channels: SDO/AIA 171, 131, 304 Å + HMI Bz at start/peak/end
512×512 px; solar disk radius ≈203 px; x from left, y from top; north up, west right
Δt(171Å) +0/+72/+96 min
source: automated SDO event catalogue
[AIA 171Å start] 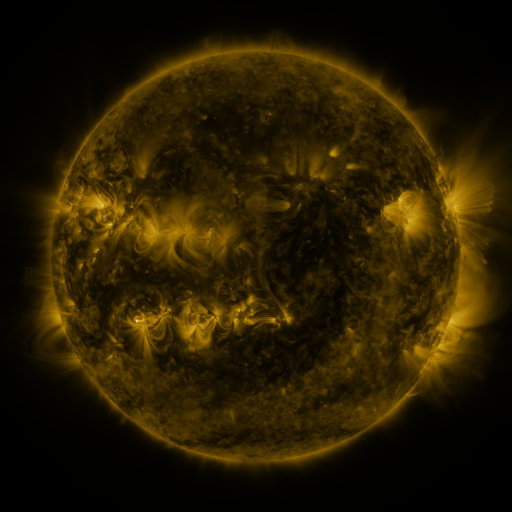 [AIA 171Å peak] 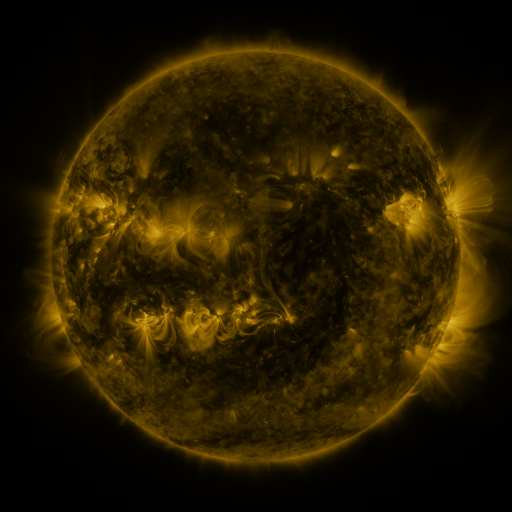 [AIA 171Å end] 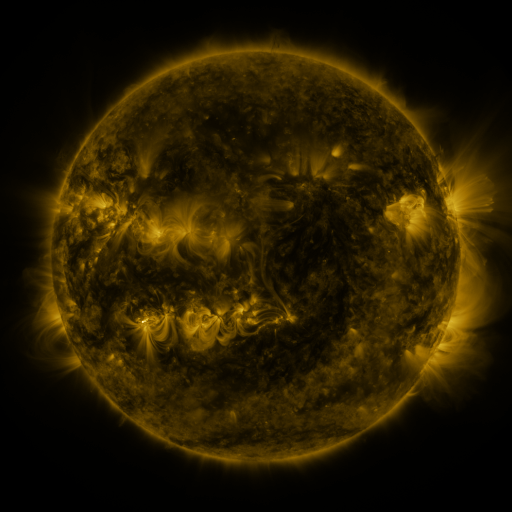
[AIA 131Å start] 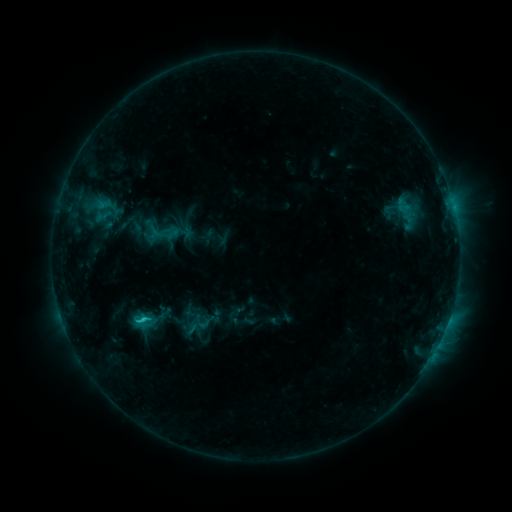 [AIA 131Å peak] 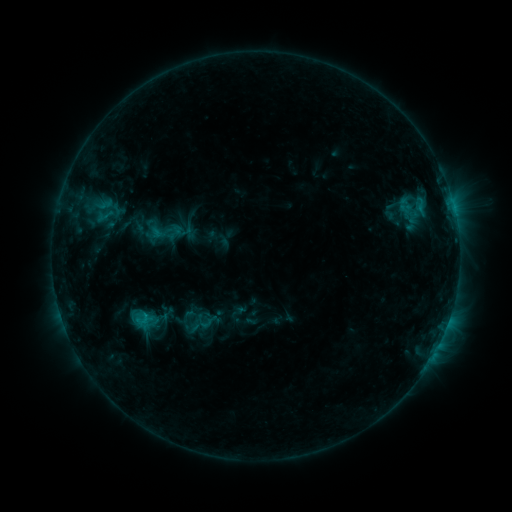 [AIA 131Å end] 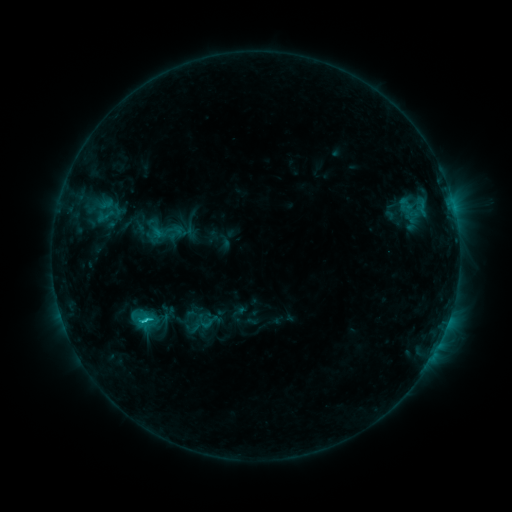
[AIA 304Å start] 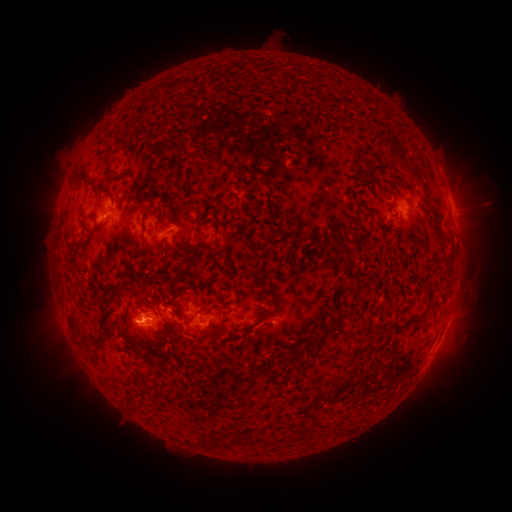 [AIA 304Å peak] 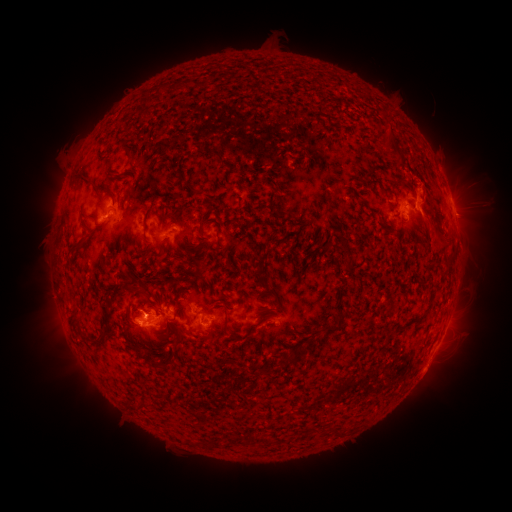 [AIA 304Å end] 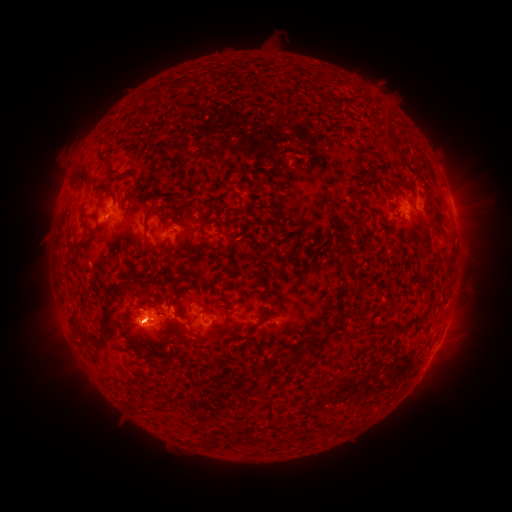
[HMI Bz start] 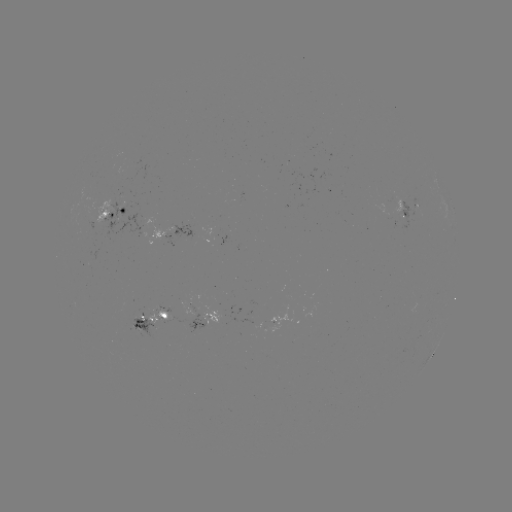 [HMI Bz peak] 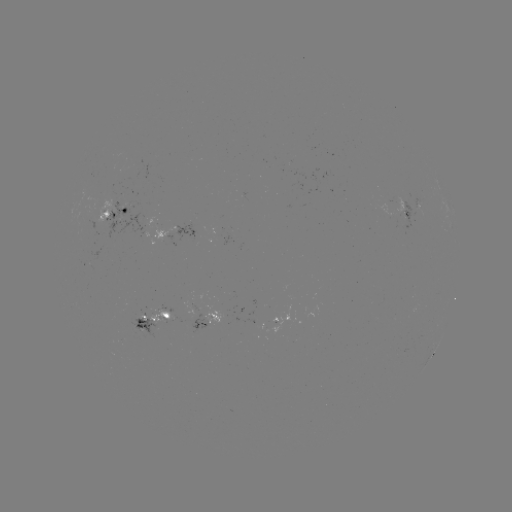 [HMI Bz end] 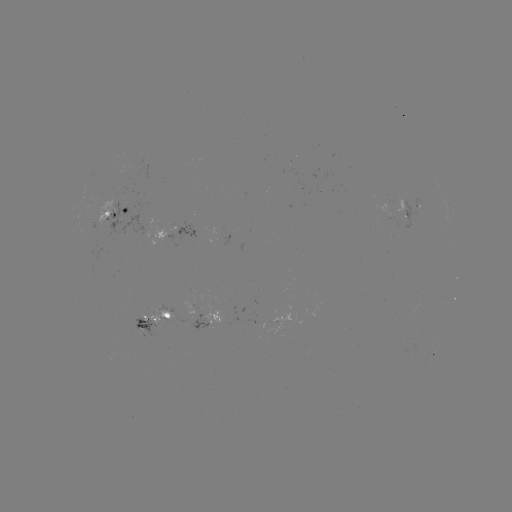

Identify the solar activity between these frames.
emerging-flux region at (163, 320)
